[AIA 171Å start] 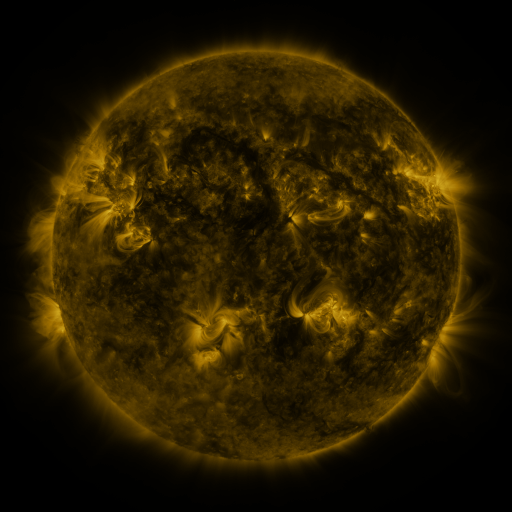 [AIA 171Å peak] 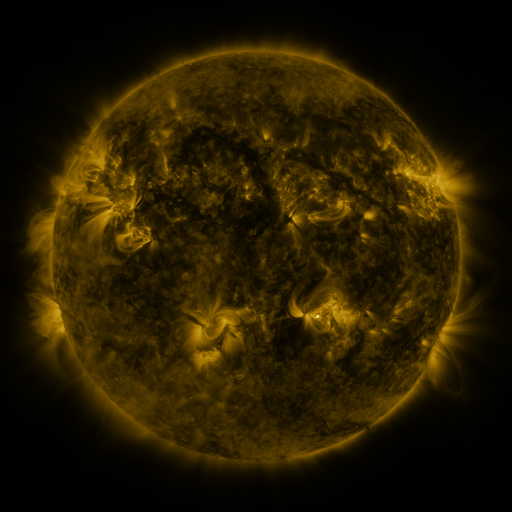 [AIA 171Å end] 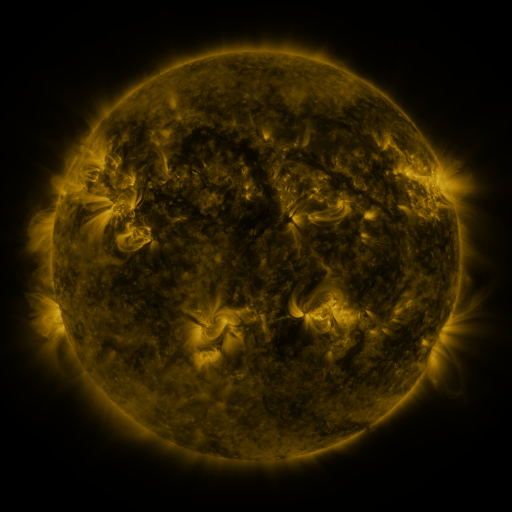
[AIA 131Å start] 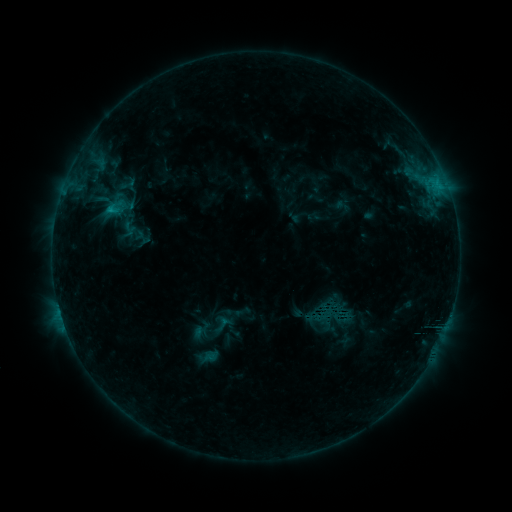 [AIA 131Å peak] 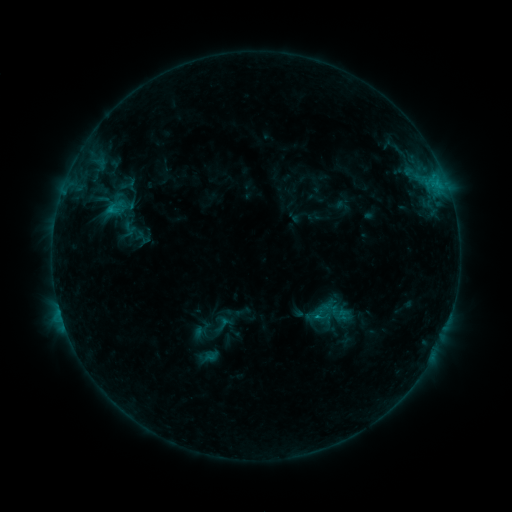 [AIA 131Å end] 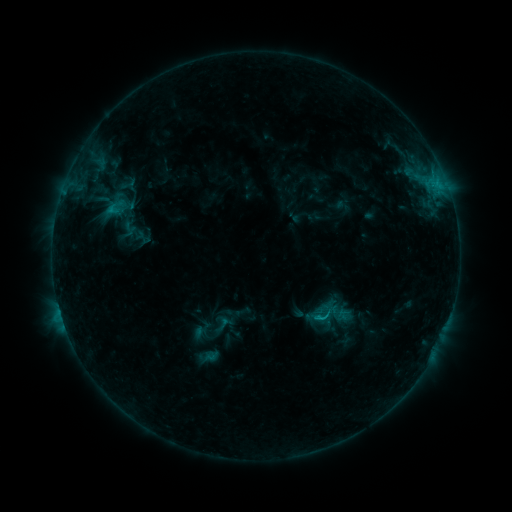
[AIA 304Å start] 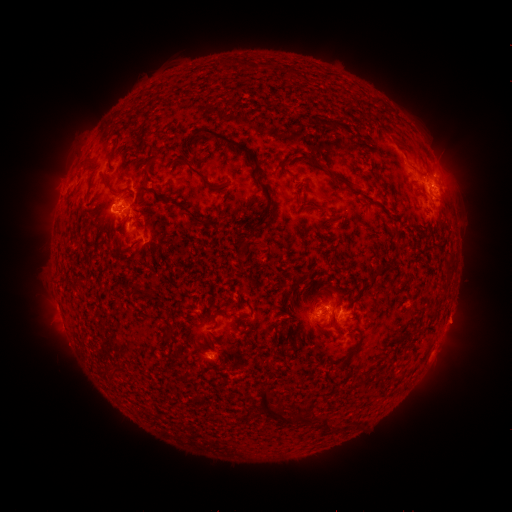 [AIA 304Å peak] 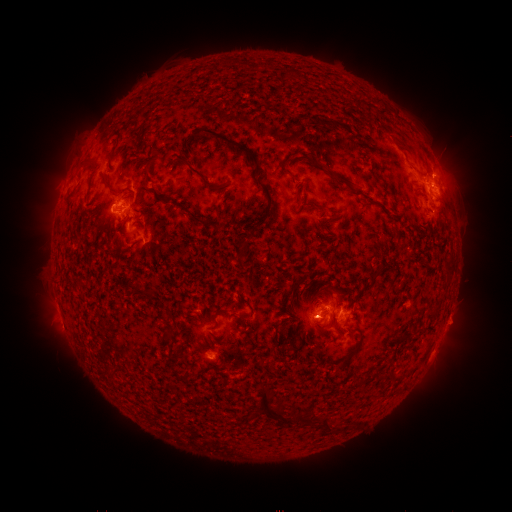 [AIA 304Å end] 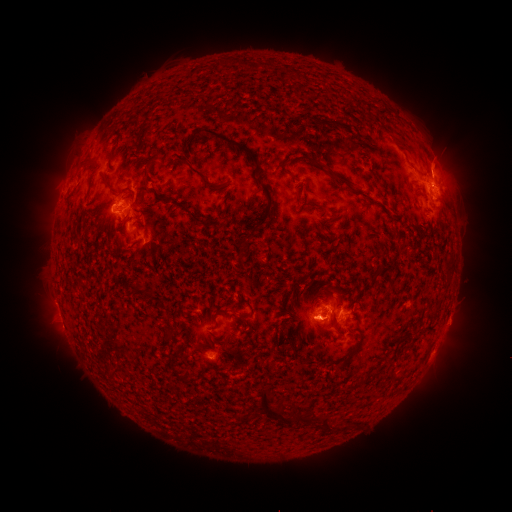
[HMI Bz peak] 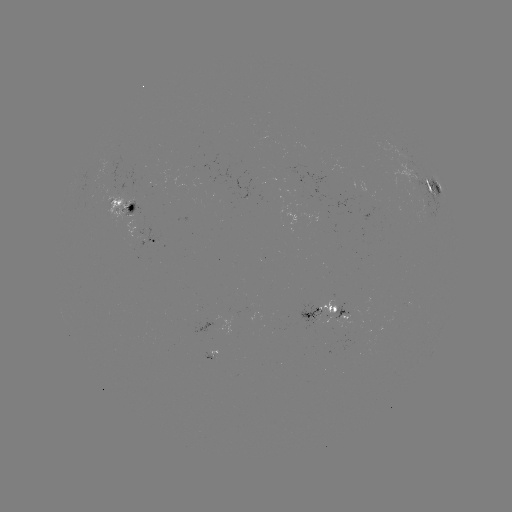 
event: eruption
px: (315, 326)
